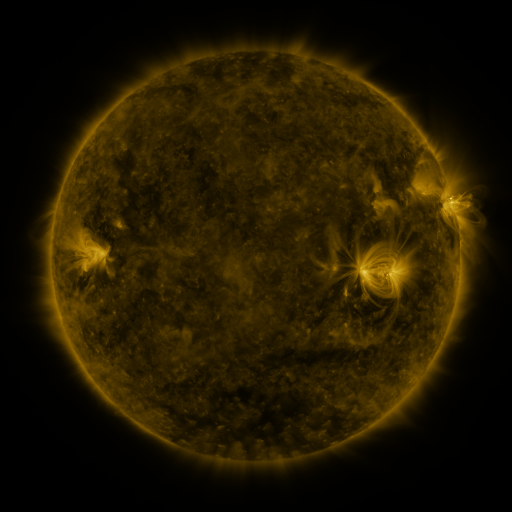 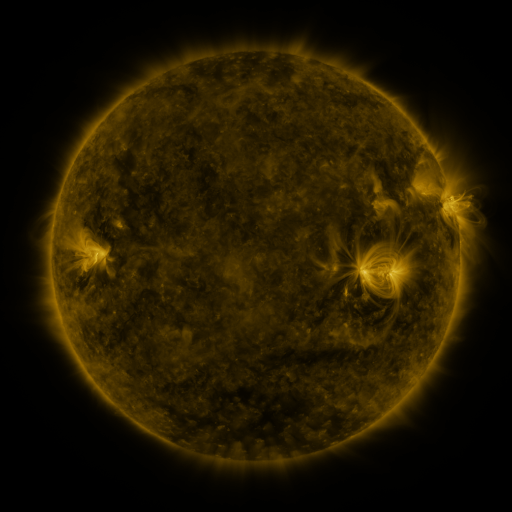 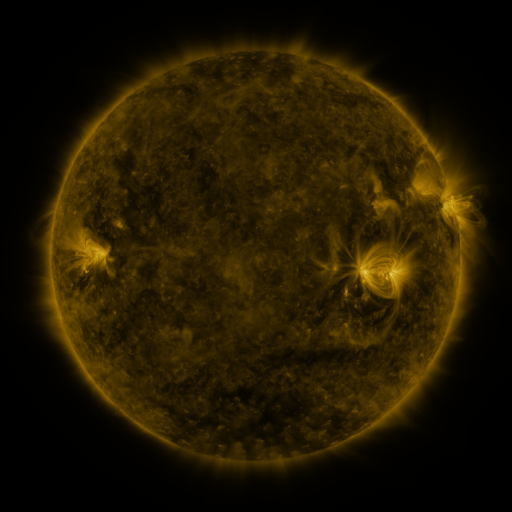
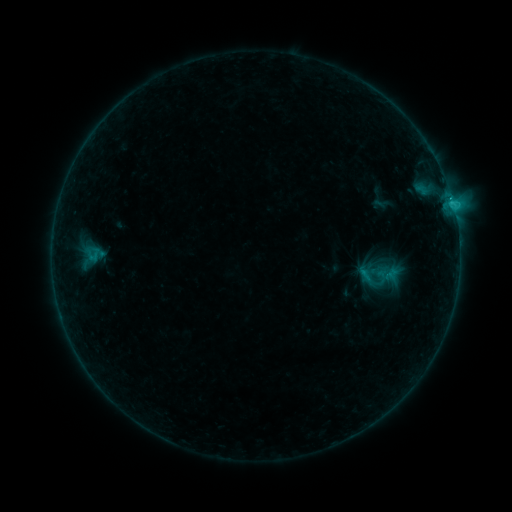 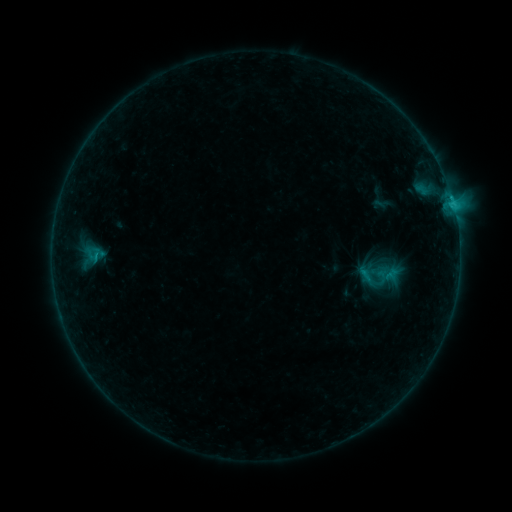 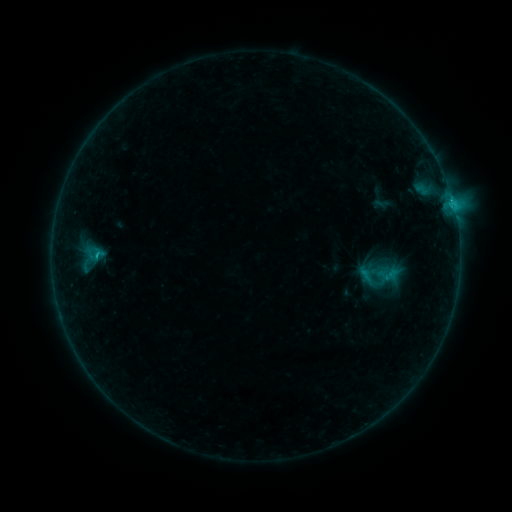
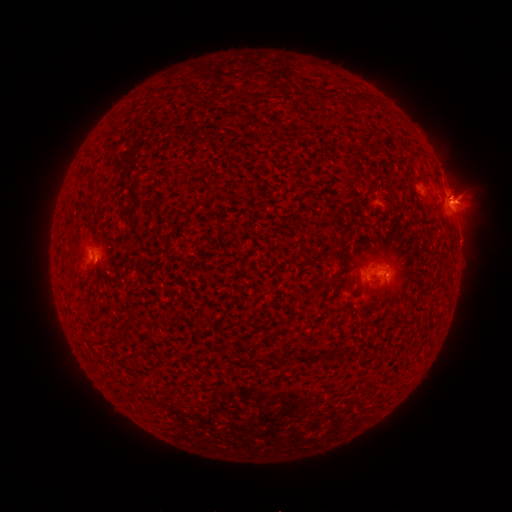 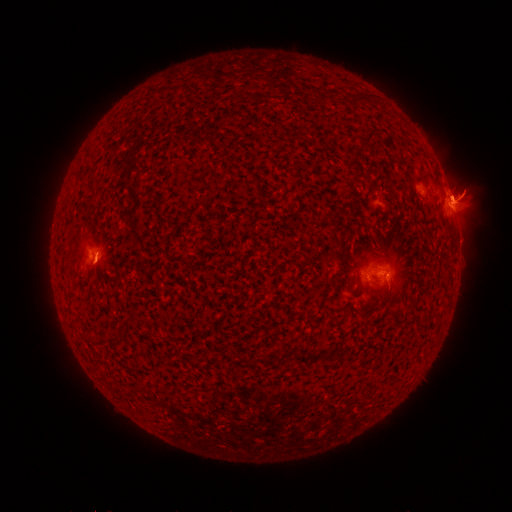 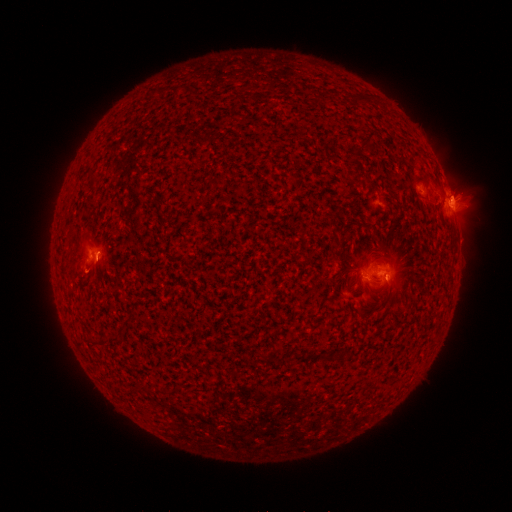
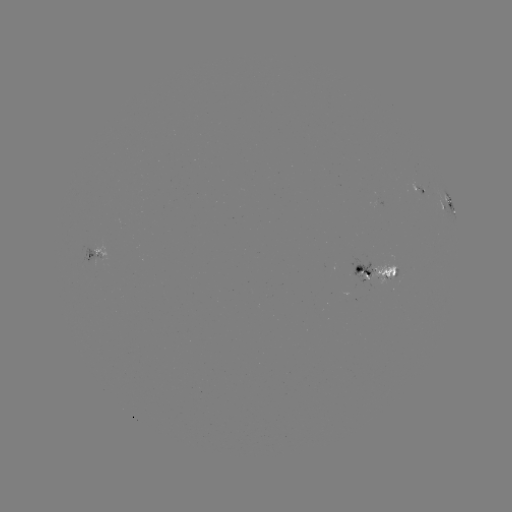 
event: eruption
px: (85, 266)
